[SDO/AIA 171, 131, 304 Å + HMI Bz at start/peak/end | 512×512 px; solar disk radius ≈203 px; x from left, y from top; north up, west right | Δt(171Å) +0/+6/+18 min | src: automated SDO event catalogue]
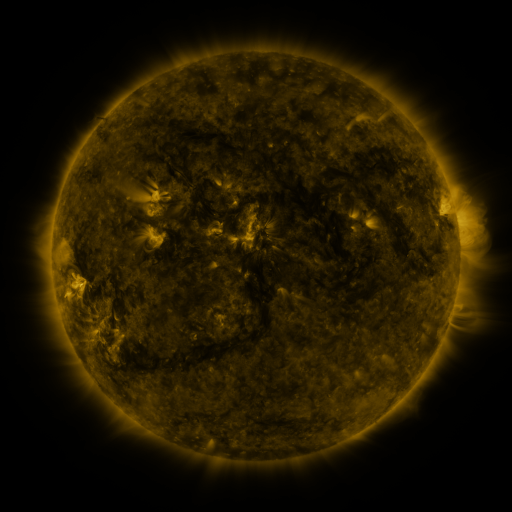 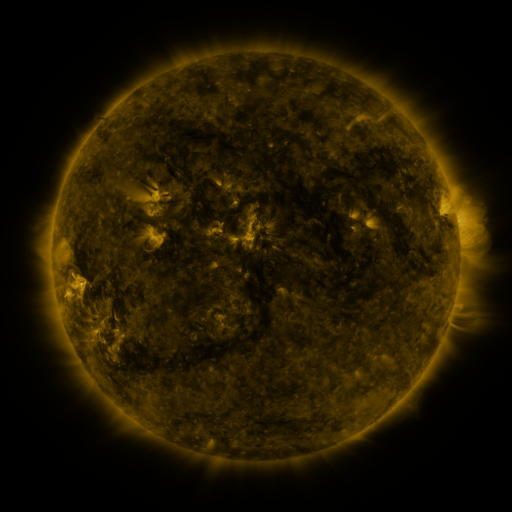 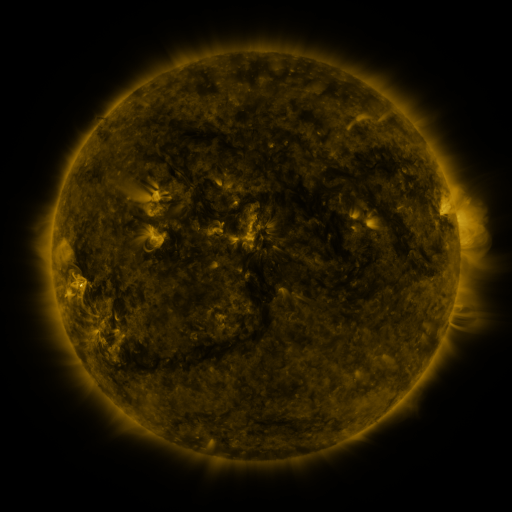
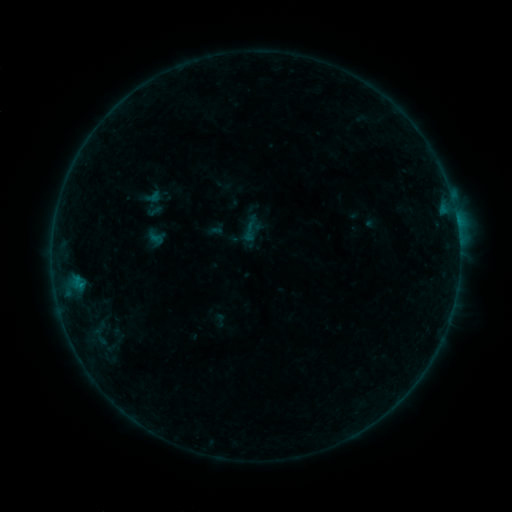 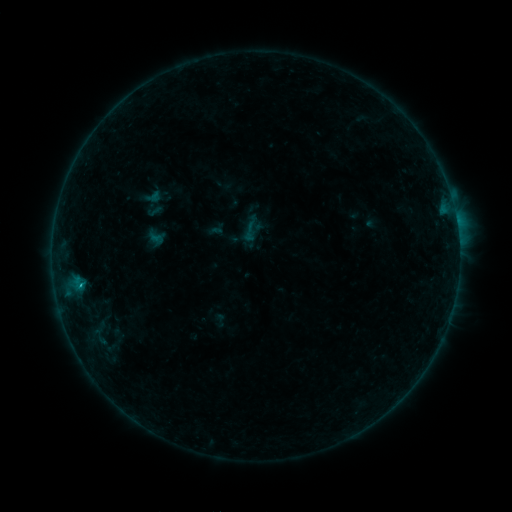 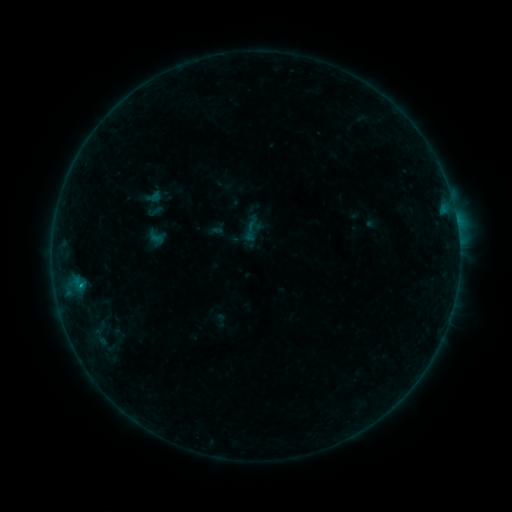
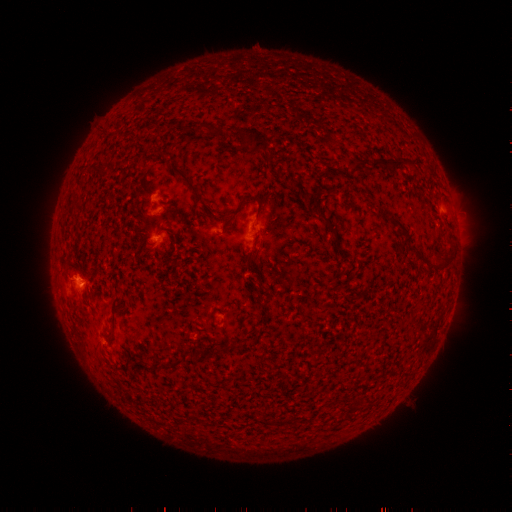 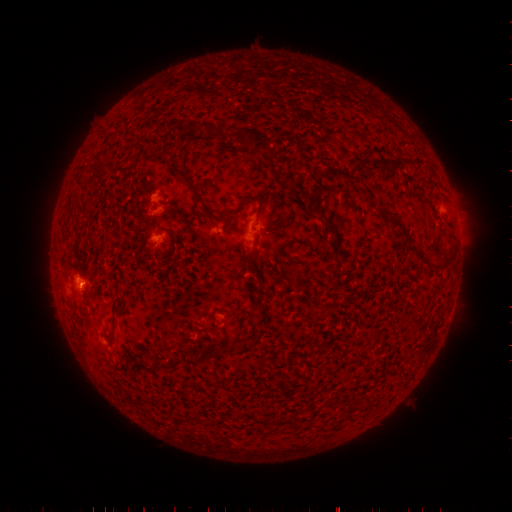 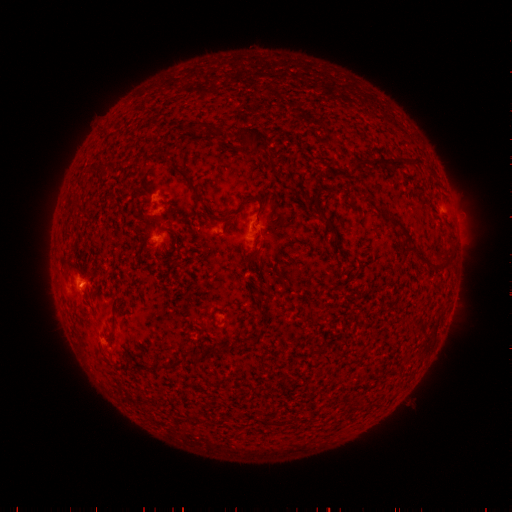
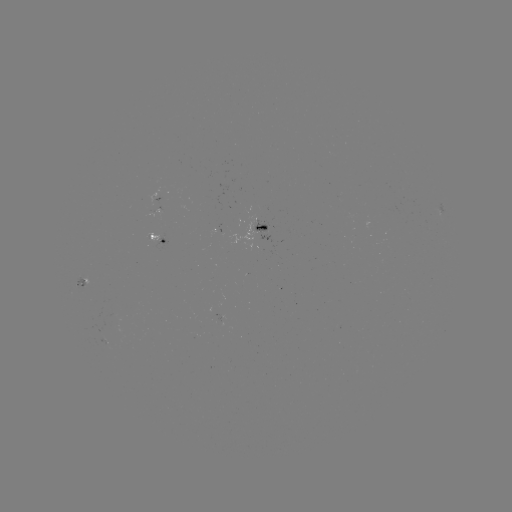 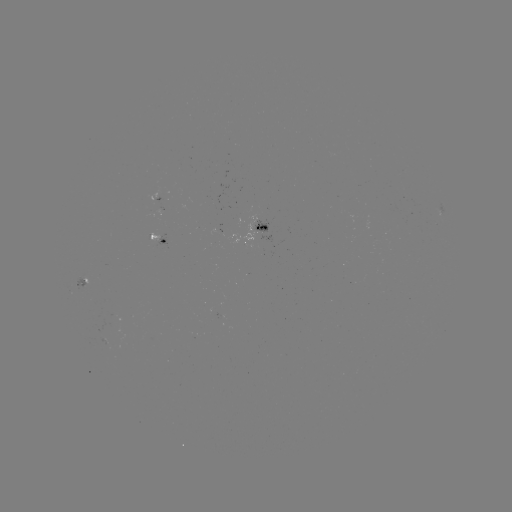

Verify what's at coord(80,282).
B5.4 flare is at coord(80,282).